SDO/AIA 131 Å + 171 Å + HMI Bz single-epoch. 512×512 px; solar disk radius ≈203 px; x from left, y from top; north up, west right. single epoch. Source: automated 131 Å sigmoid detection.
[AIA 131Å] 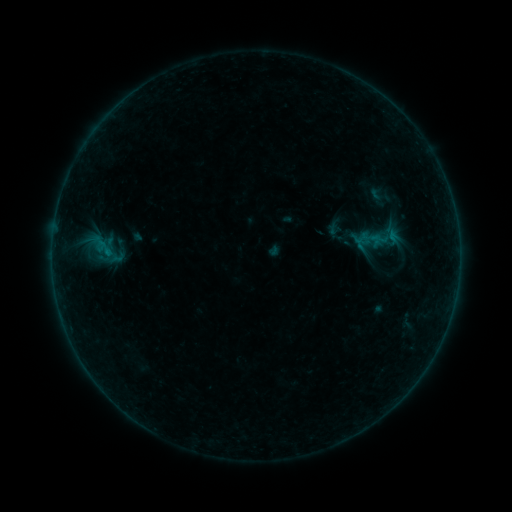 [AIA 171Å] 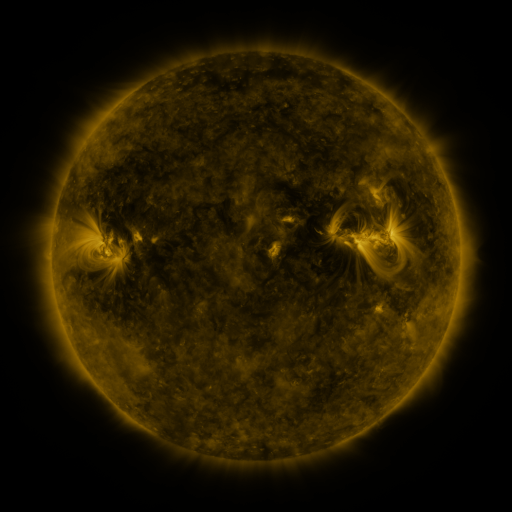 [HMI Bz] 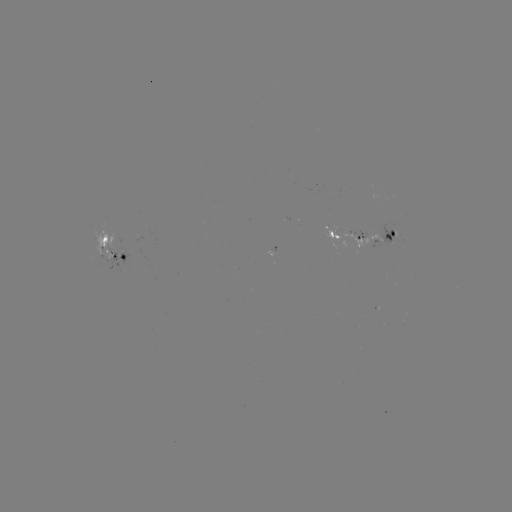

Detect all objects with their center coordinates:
sigmoid: (393, 238)
